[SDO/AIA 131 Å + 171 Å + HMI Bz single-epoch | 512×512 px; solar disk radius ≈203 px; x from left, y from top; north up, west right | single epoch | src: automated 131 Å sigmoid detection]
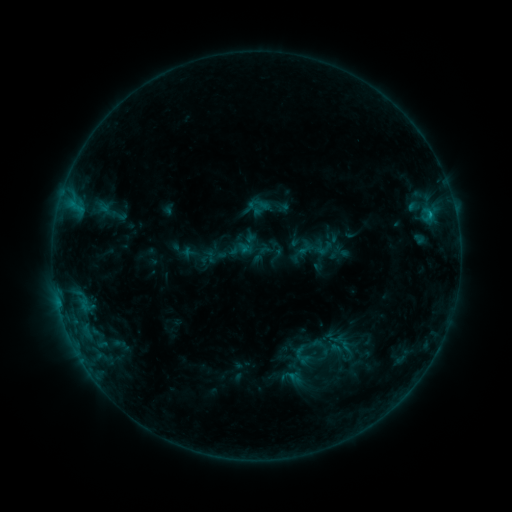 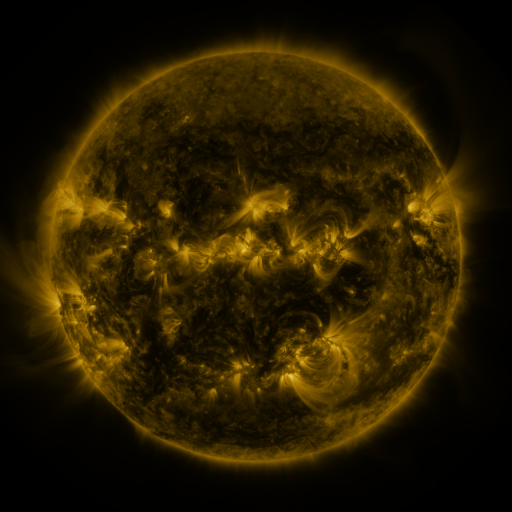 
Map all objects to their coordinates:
sigmoid: <bbox>110, 205, 128, 226</bbox>
sigmoid: <bbox>314, 235, 339, 257</bbox>
